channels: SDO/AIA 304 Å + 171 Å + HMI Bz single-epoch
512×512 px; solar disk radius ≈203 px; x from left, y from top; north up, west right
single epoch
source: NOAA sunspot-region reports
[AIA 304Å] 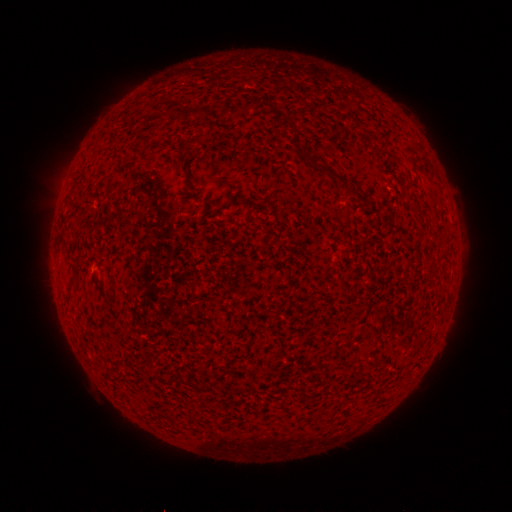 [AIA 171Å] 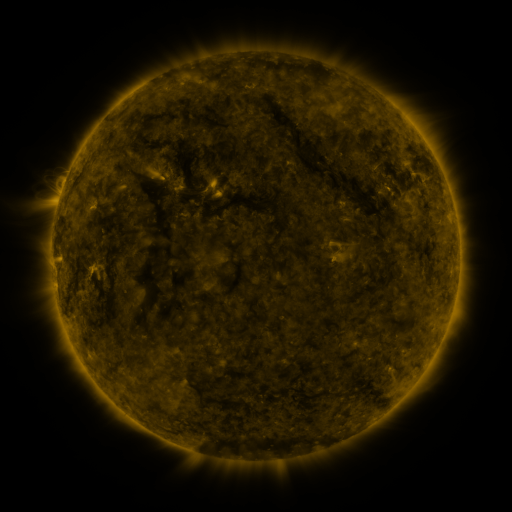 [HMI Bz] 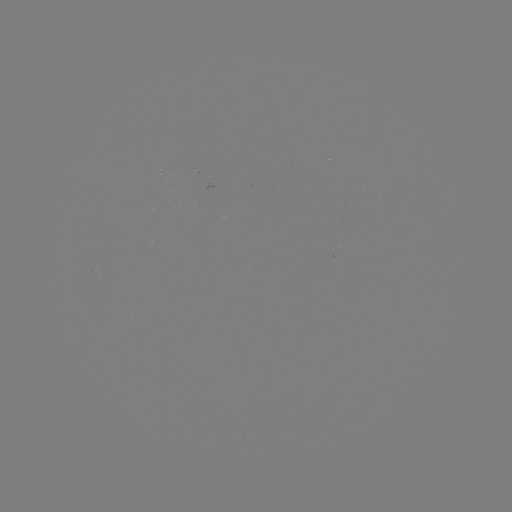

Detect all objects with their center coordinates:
(none)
